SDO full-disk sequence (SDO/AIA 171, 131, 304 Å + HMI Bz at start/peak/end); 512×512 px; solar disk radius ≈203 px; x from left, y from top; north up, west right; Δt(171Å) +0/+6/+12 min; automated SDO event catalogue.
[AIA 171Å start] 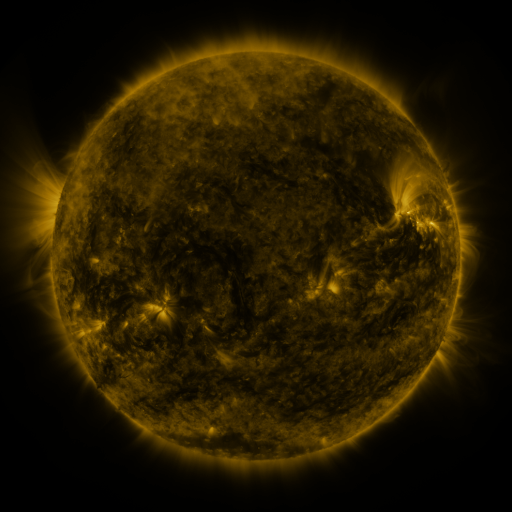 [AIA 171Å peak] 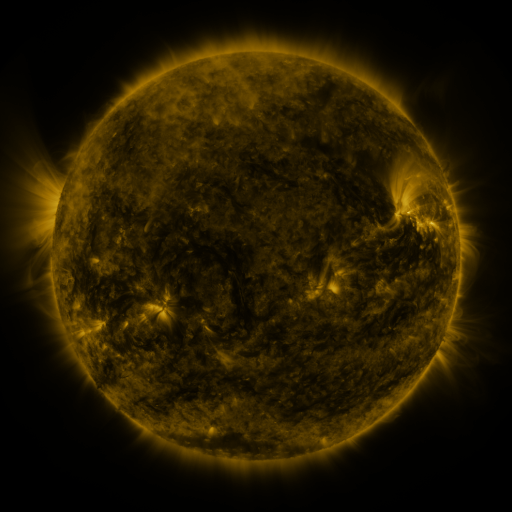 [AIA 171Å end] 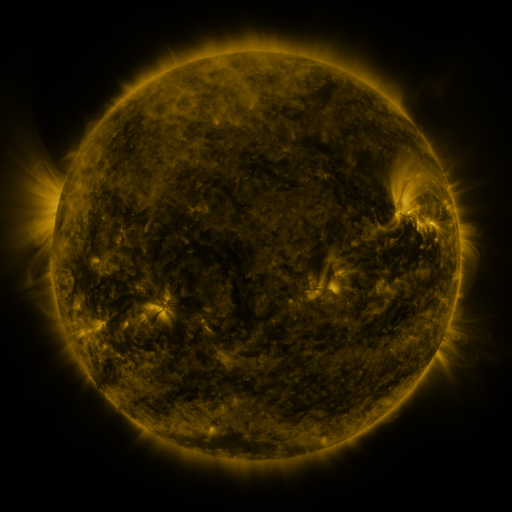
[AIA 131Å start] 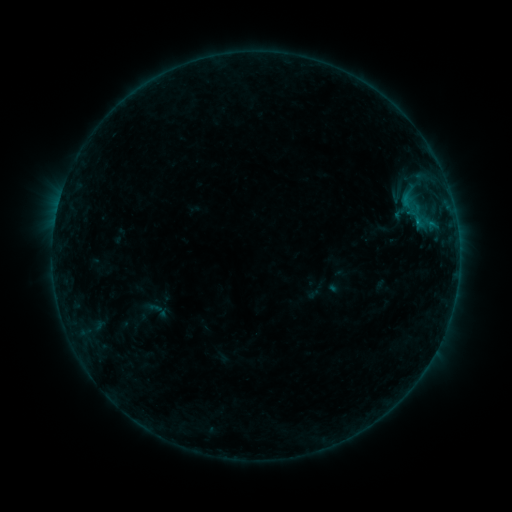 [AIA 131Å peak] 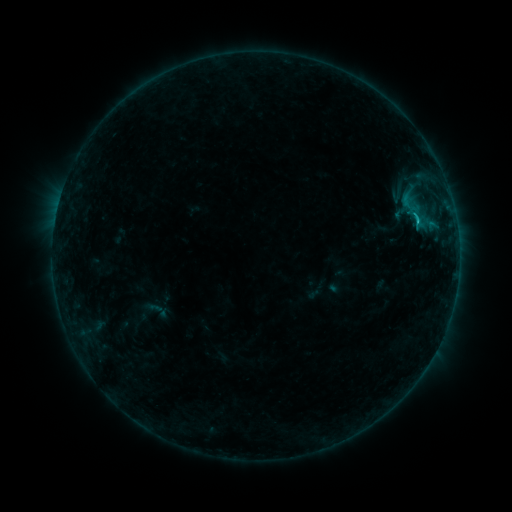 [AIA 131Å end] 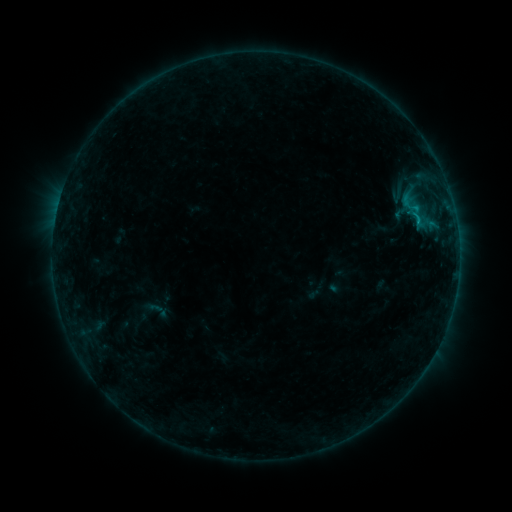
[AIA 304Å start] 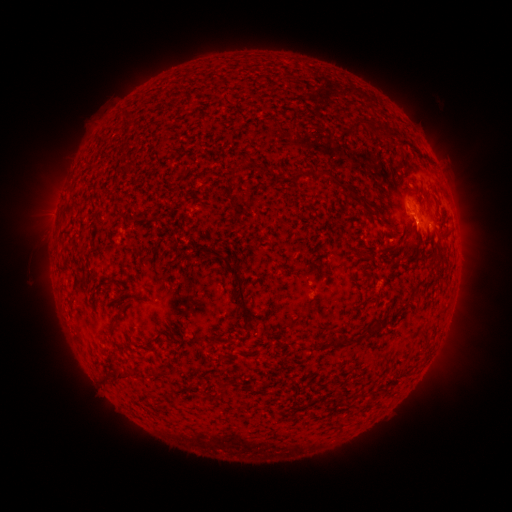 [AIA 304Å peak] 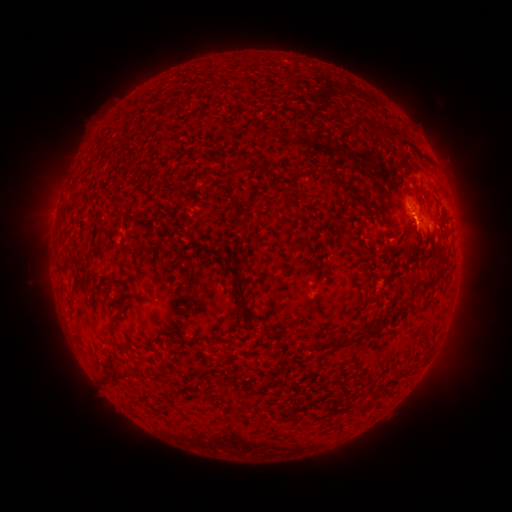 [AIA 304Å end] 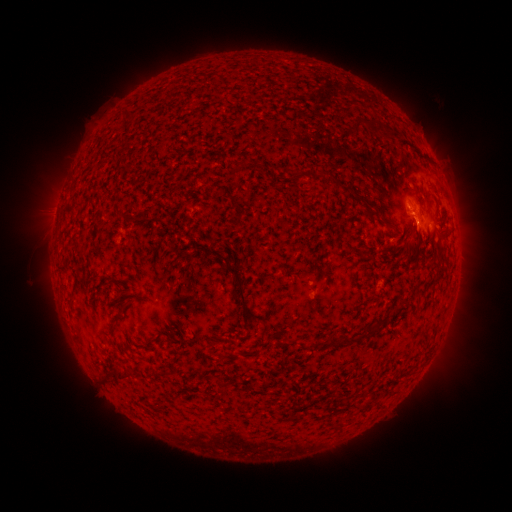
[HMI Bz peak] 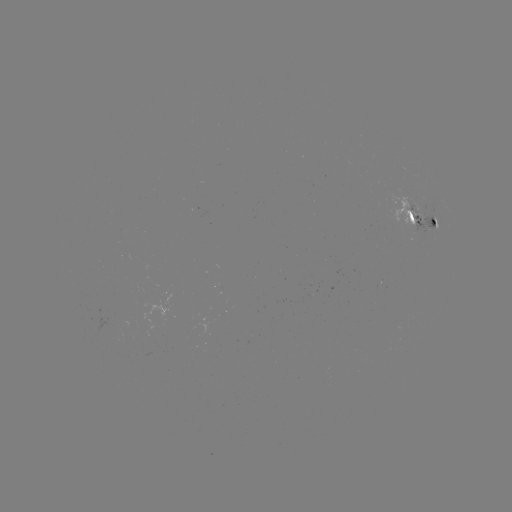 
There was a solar flare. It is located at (418, 225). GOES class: B7.4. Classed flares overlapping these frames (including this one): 1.